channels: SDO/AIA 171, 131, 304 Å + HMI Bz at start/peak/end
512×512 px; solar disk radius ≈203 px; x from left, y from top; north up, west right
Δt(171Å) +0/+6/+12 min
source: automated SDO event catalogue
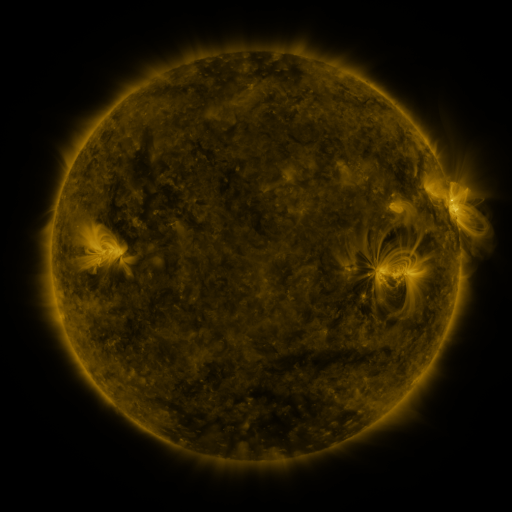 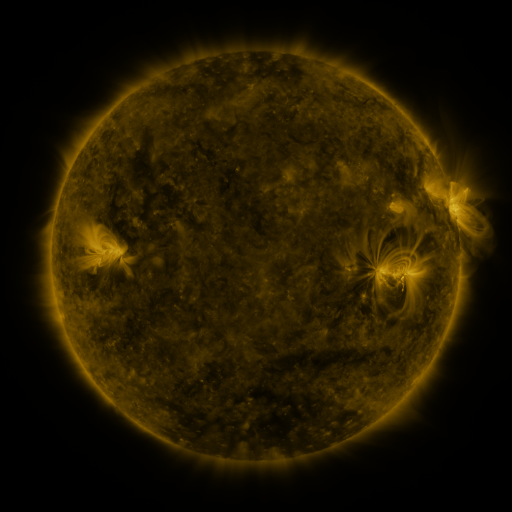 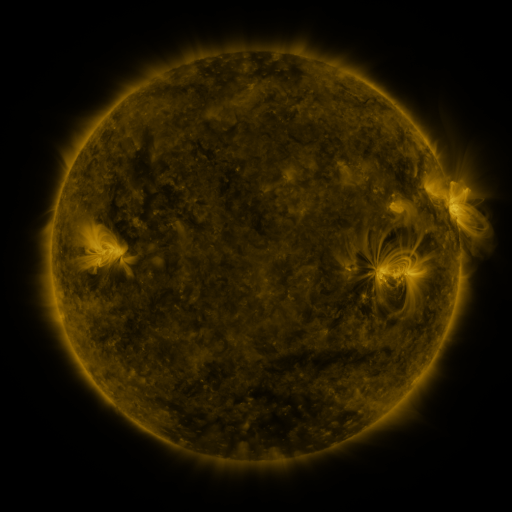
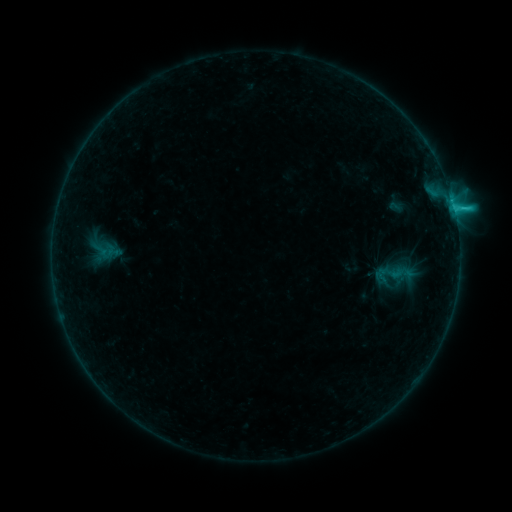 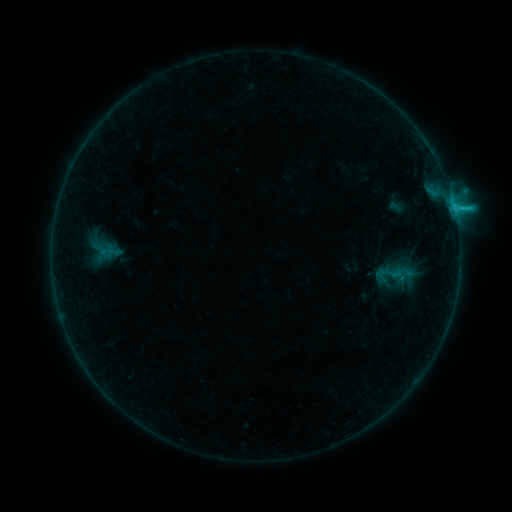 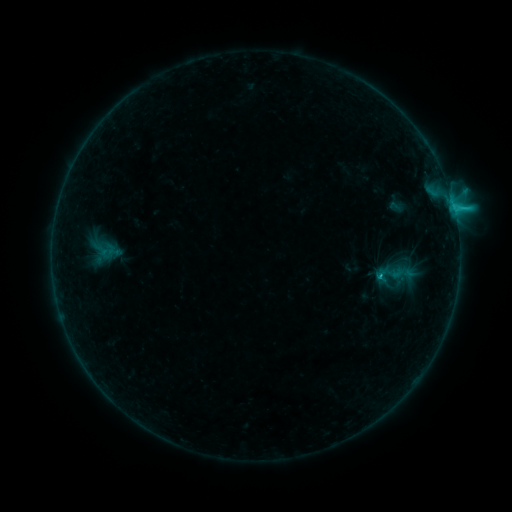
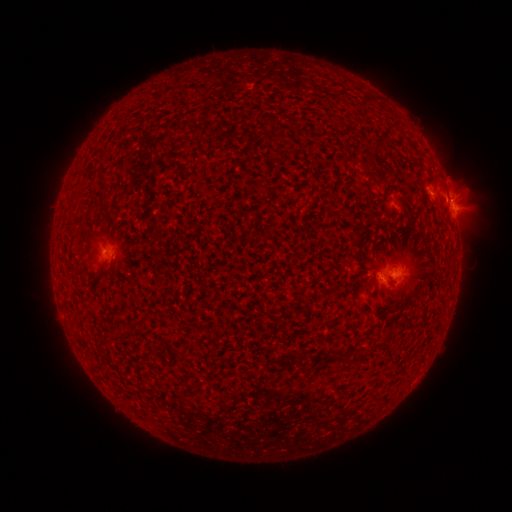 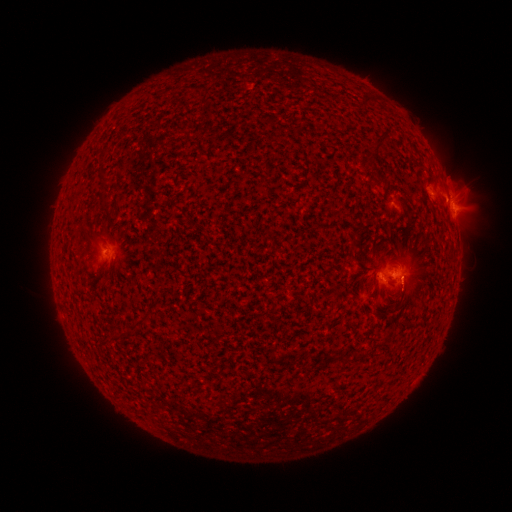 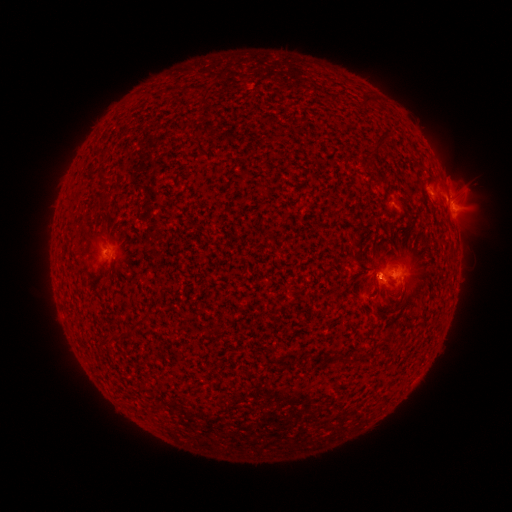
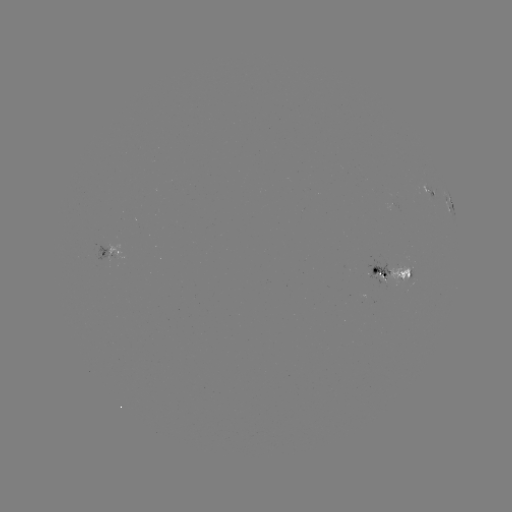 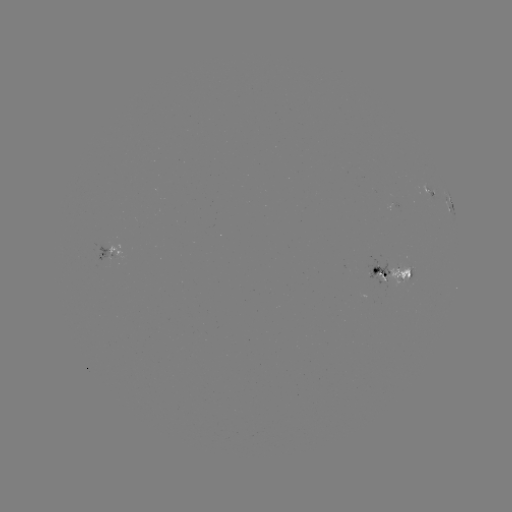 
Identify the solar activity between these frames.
eruption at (406, 291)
